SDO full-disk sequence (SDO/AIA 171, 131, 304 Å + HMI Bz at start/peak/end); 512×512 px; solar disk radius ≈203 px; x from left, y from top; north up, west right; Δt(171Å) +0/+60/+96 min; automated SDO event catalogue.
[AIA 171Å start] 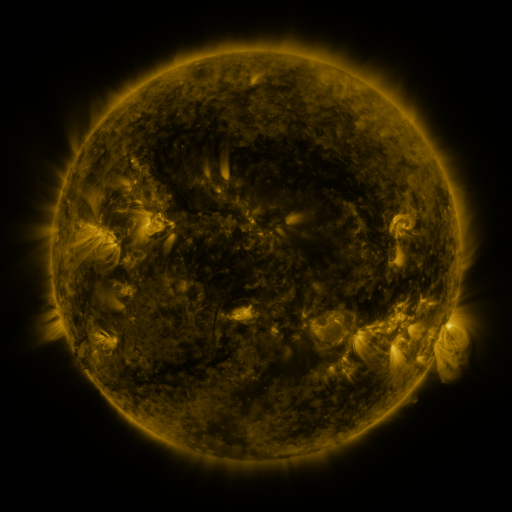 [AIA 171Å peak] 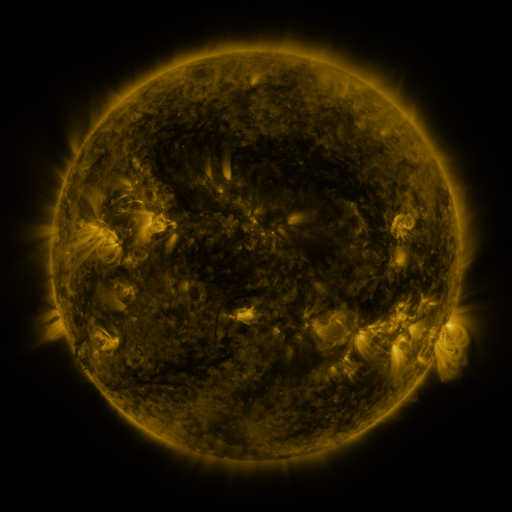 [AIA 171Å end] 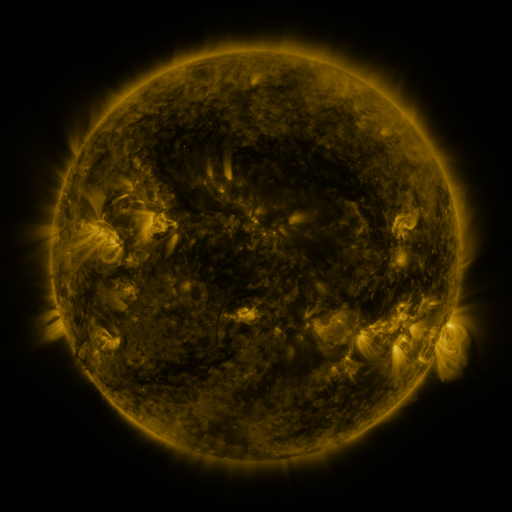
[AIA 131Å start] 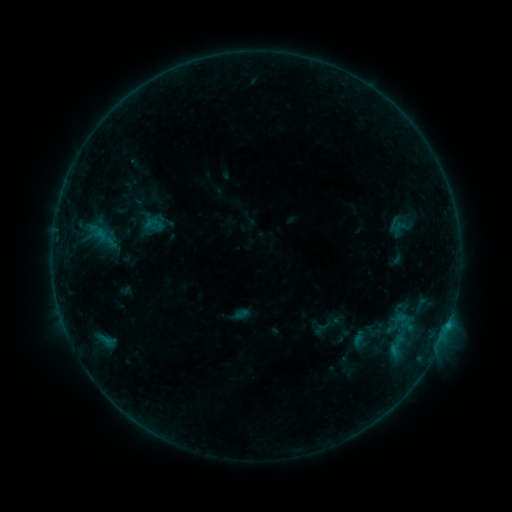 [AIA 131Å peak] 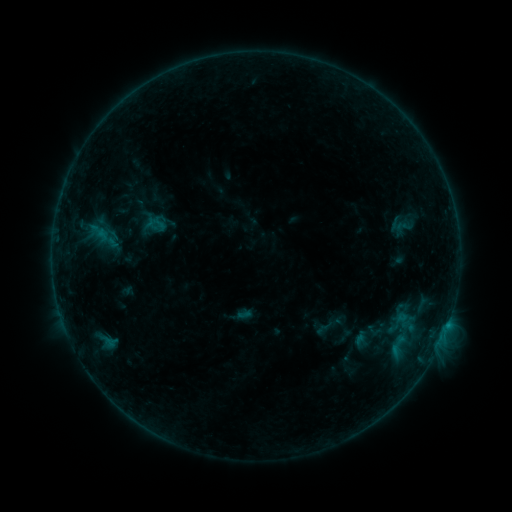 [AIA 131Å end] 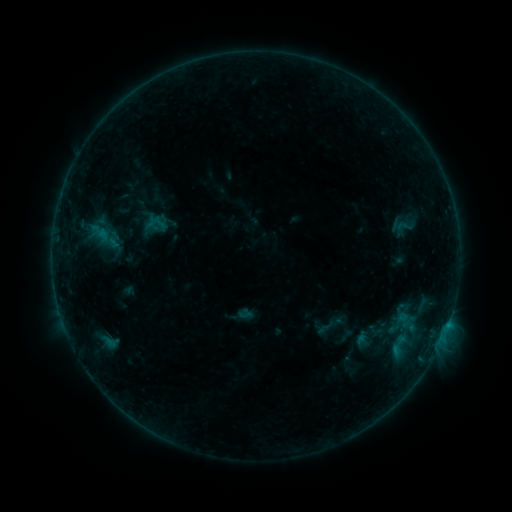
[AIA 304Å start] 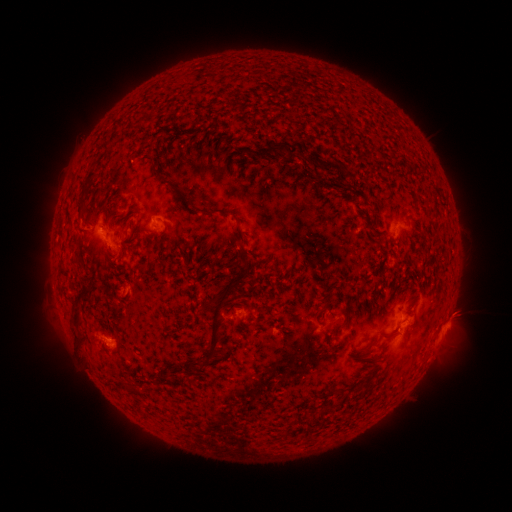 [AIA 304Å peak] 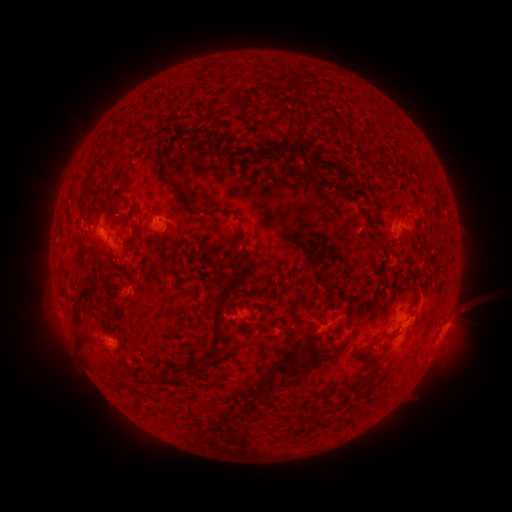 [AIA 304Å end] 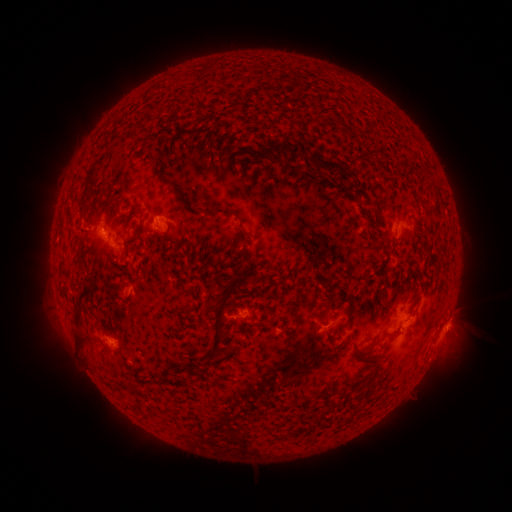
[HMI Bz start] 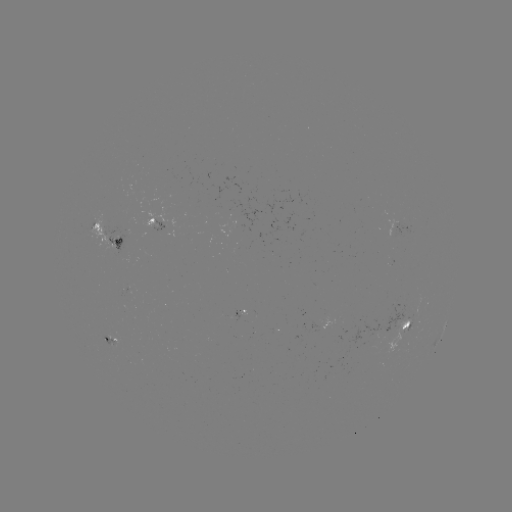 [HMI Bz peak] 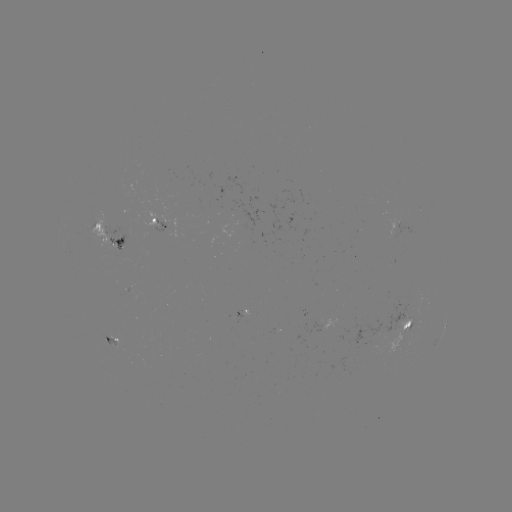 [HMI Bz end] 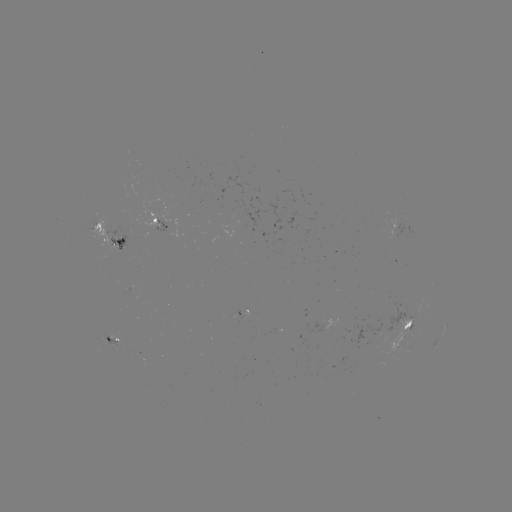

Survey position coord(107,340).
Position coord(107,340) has emerging-flux region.